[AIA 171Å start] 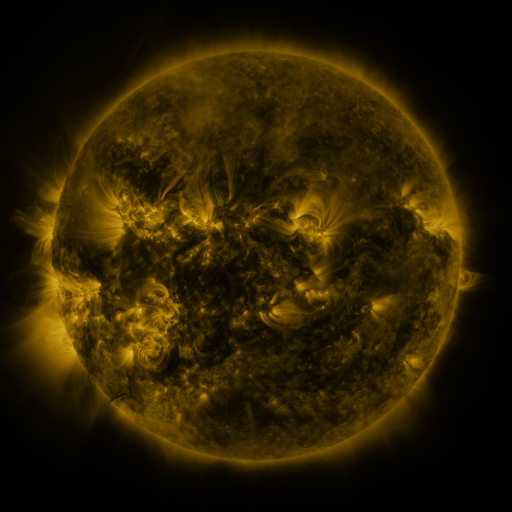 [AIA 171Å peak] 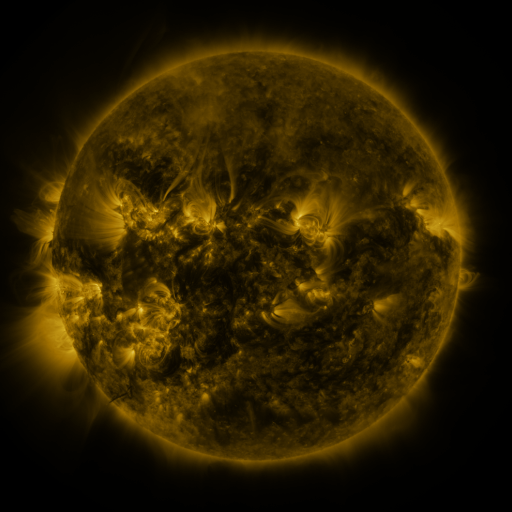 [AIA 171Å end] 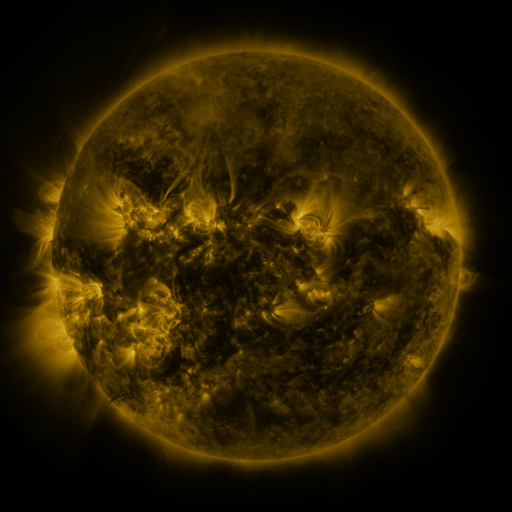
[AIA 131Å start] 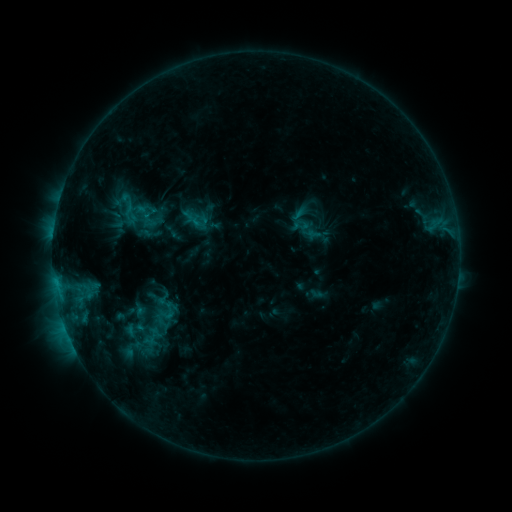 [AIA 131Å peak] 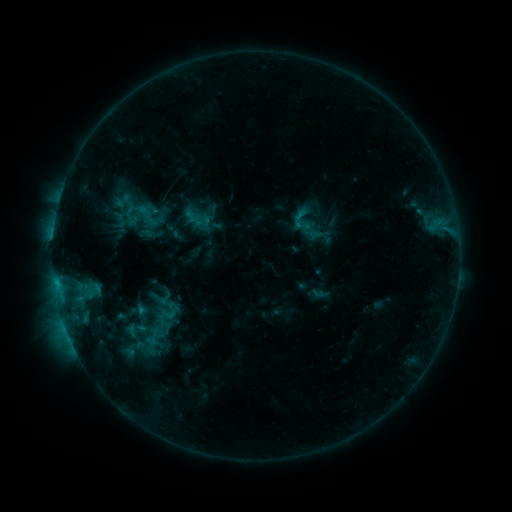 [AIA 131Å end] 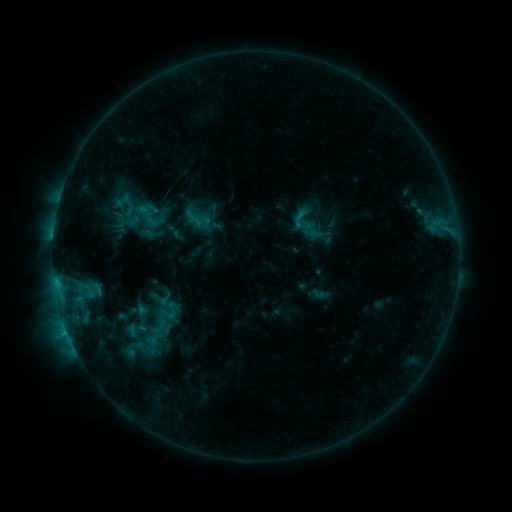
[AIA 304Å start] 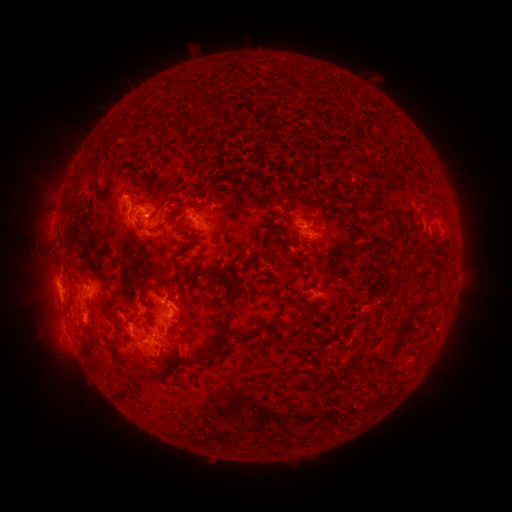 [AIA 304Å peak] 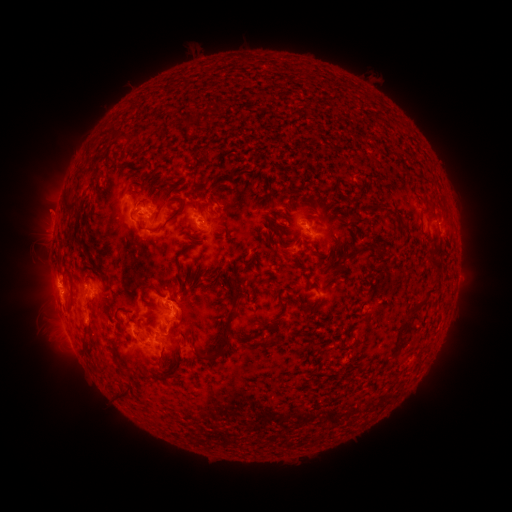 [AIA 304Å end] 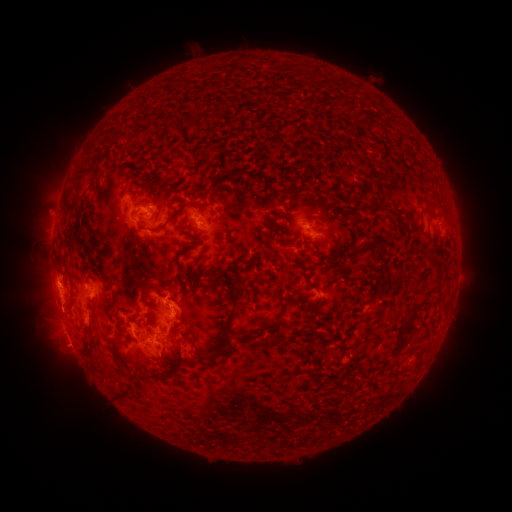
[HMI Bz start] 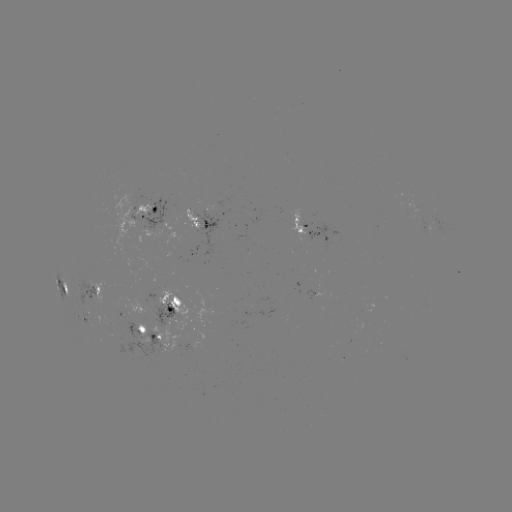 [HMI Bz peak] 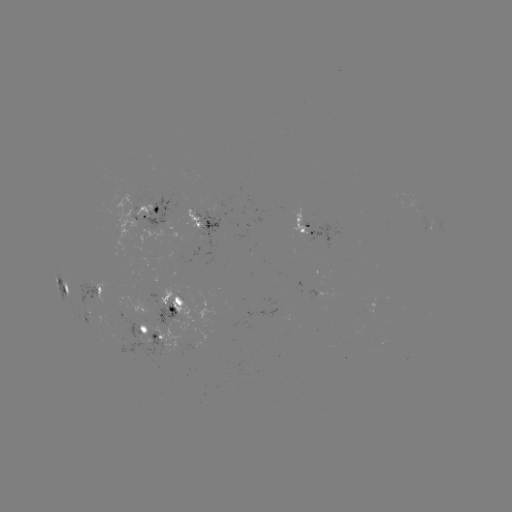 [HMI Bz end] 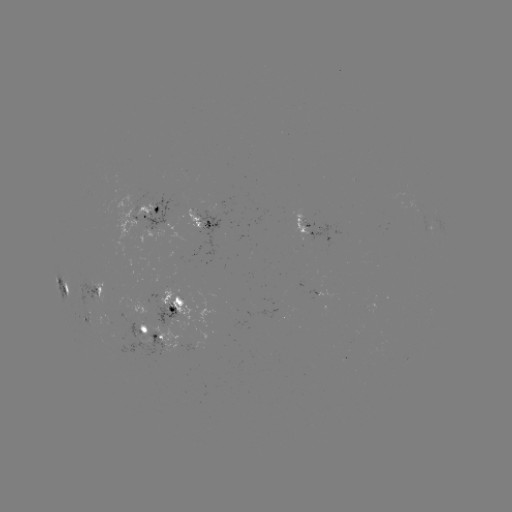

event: emerging-flux region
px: (166, 308)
